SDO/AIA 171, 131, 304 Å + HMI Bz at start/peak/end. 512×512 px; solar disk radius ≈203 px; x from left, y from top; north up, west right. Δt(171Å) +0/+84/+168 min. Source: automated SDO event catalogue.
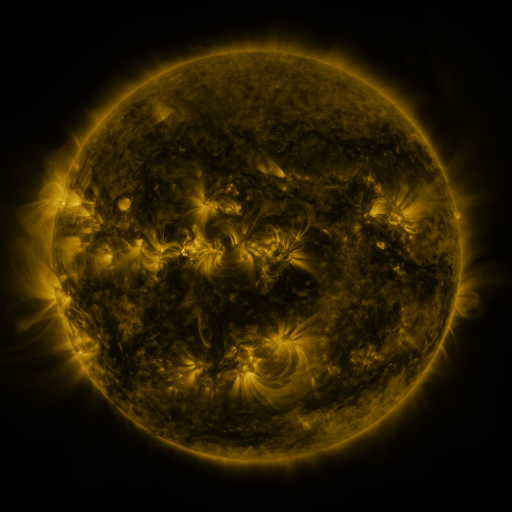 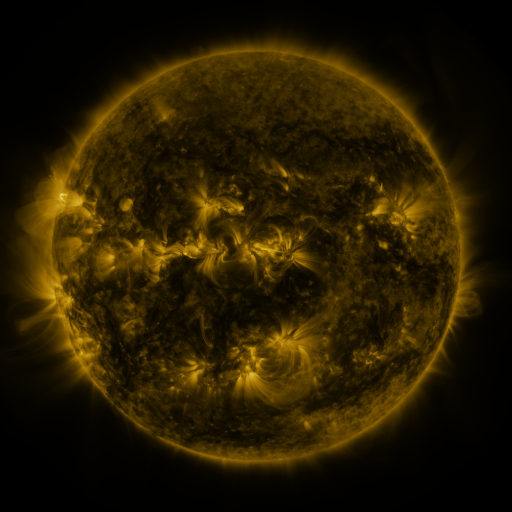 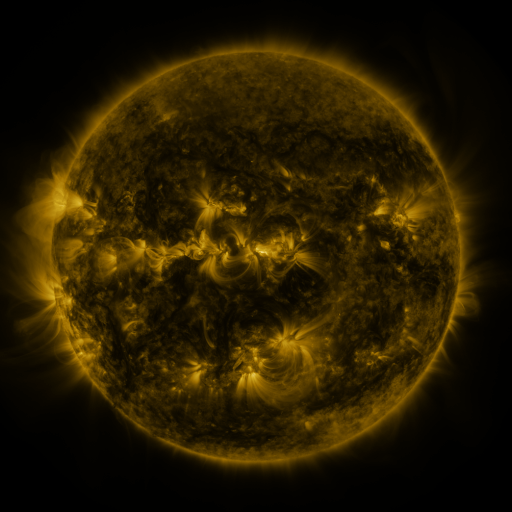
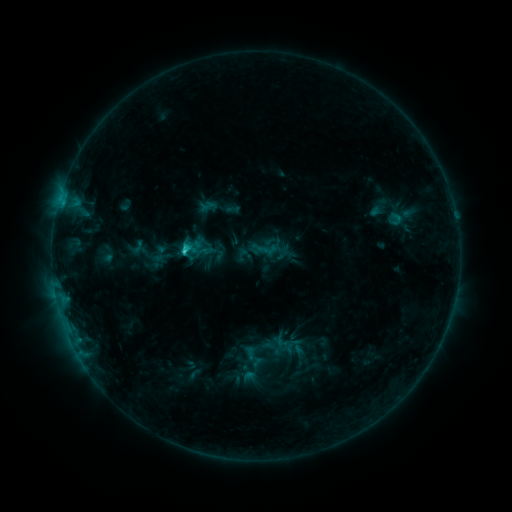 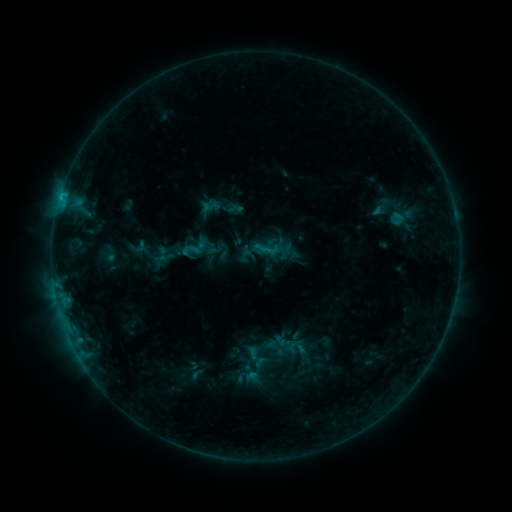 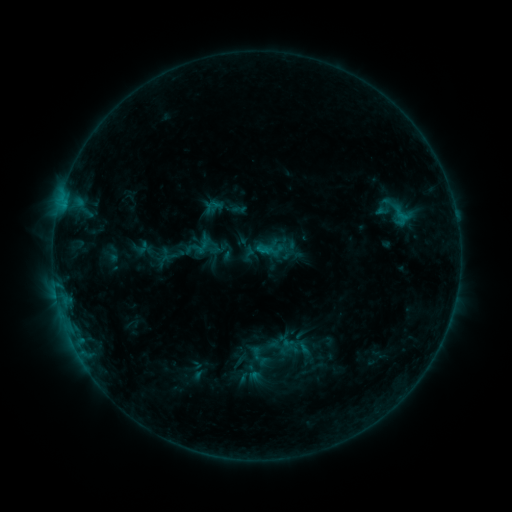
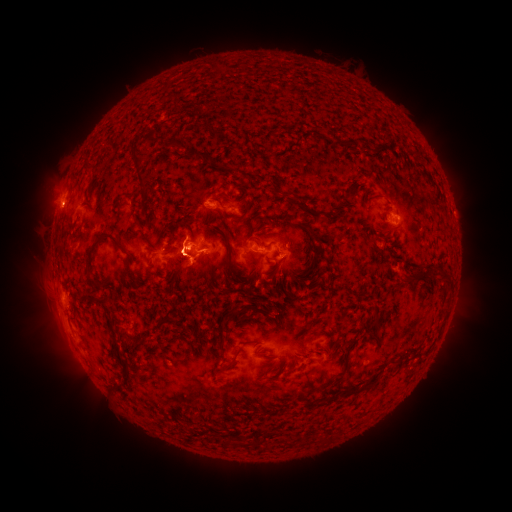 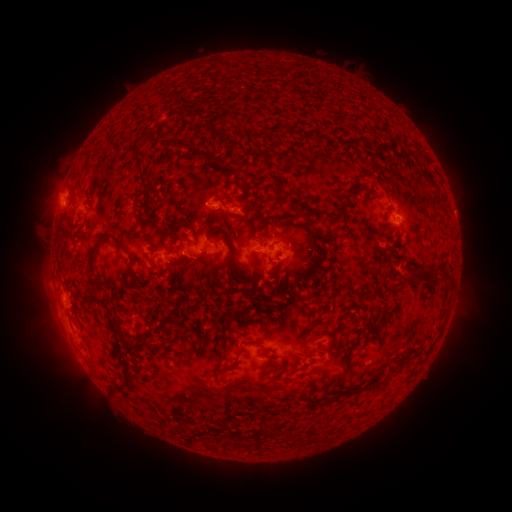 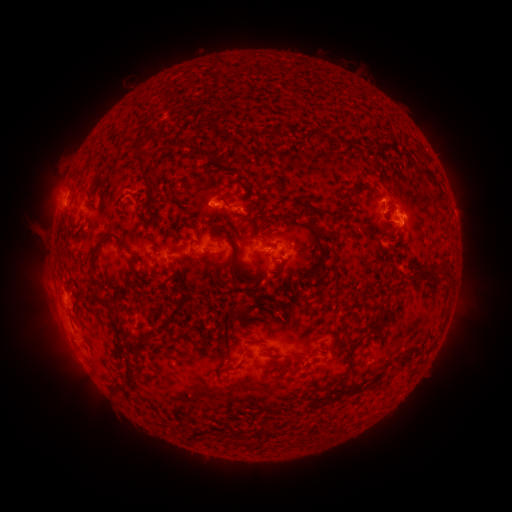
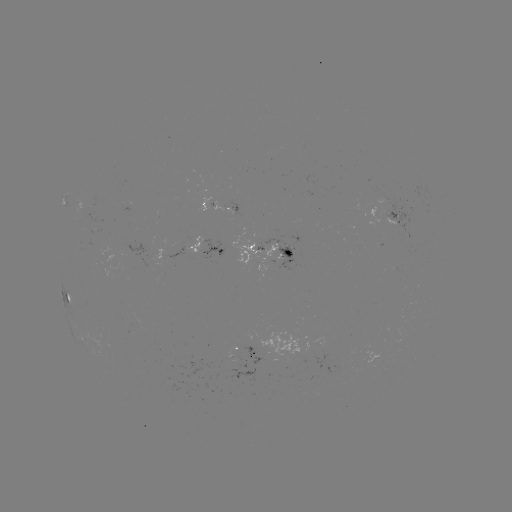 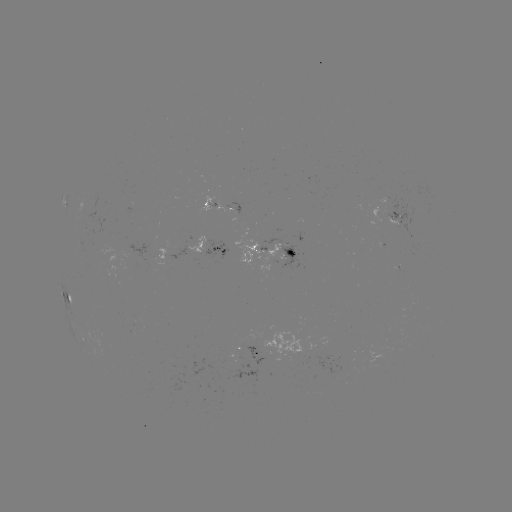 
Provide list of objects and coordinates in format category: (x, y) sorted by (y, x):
emerging-flux region: (174, 258)
